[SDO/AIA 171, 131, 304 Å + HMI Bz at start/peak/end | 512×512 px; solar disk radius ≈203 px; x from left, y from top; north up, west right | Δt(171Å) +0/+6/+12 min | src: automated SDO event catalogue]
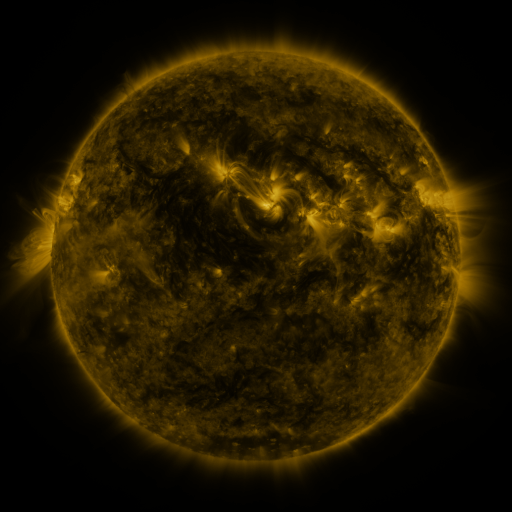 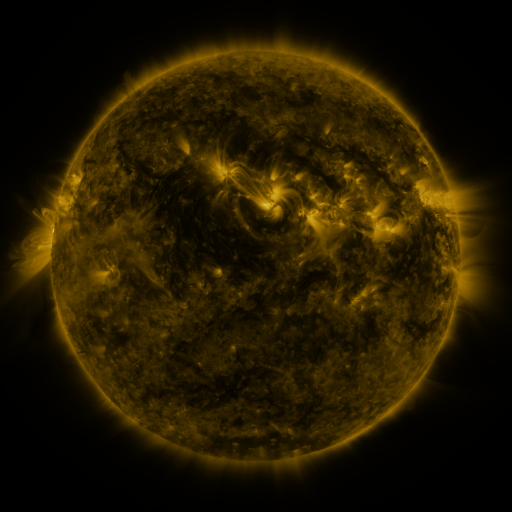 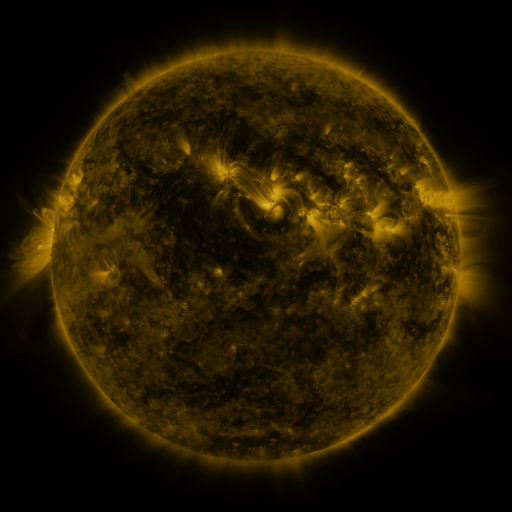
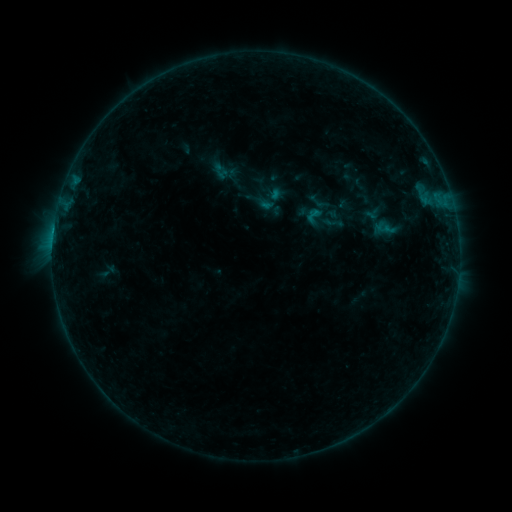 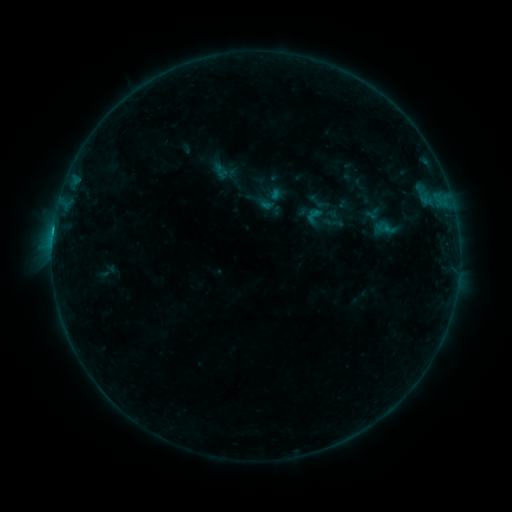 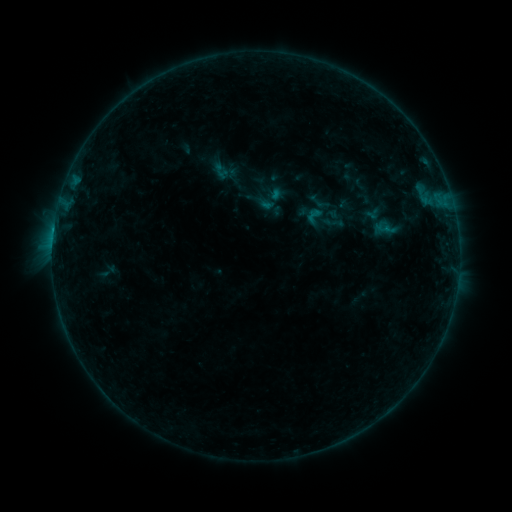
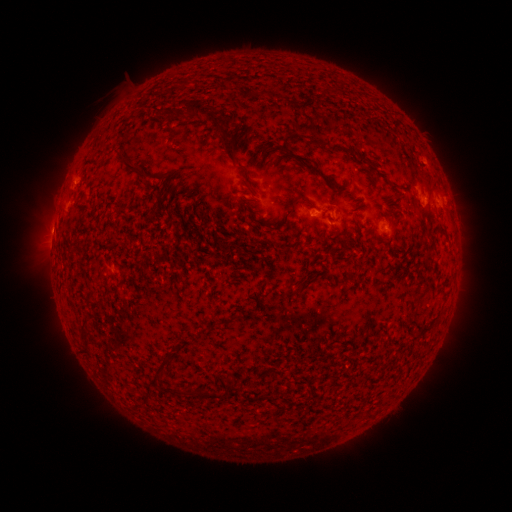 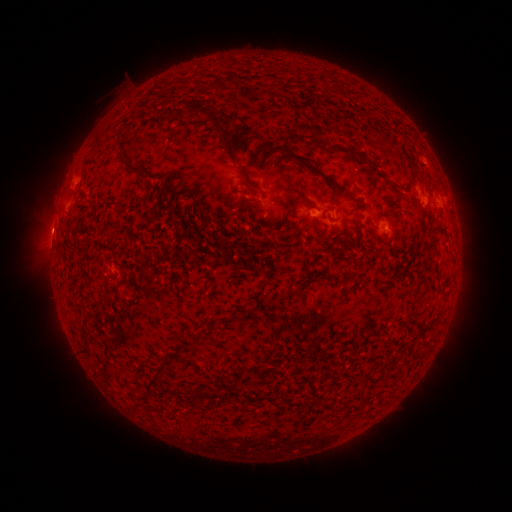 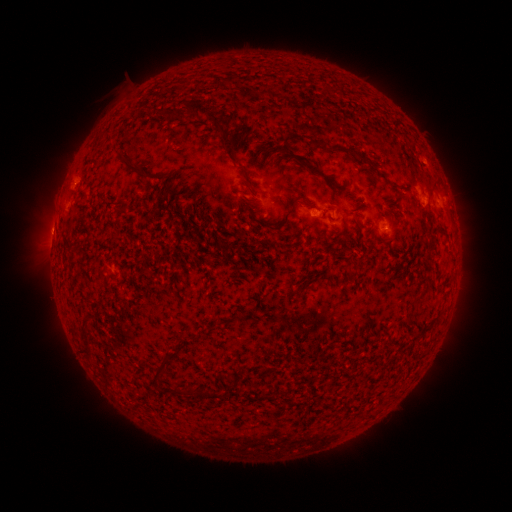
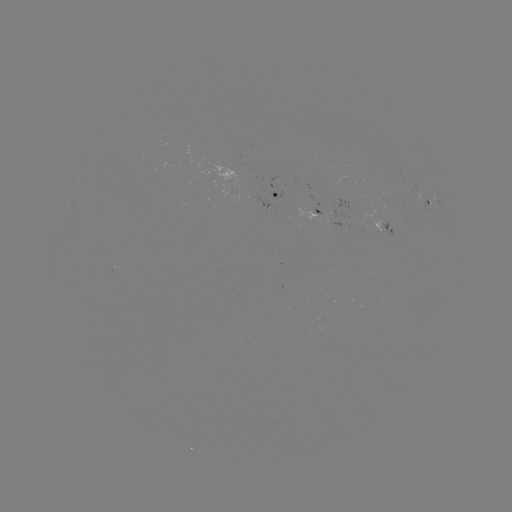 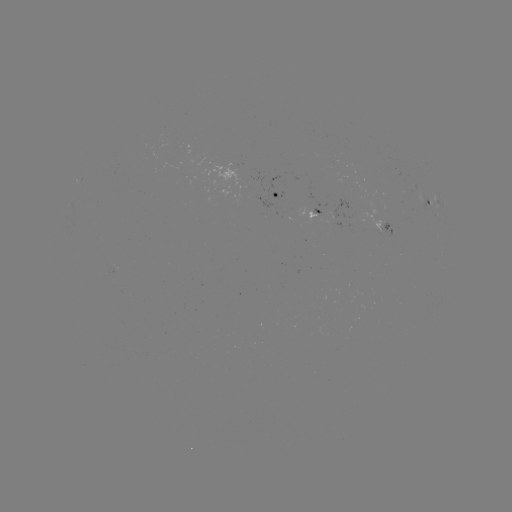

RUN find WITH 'B4.0 flare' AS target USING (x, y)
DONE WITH (54, 230) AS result